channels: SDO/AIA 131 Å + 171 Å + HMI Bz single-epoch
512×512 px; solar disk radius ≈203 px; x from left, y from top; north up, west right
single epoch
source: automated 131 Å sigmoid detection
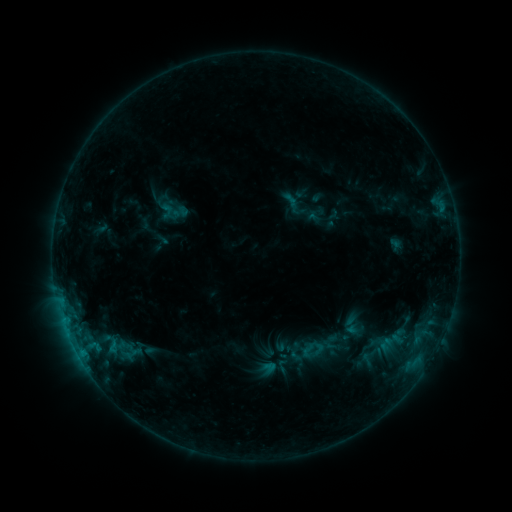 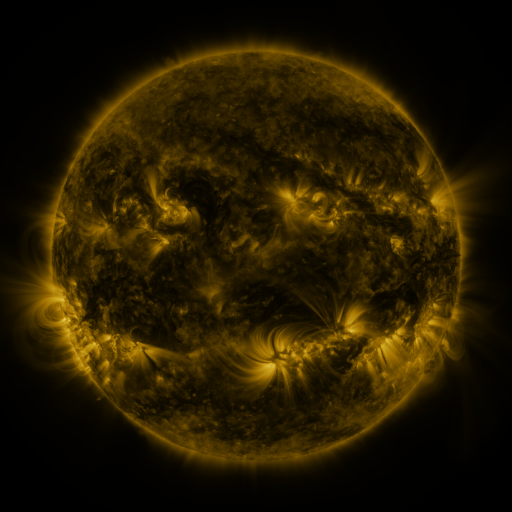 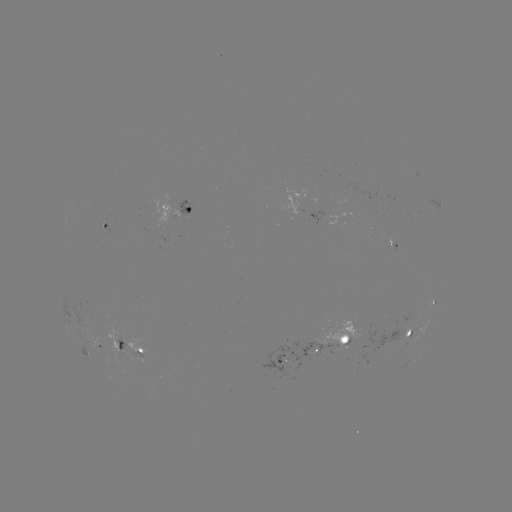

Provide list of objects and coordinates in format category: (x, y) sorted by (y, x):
sigmoid: (292, 201)
sigmoid: (180, 212)
sigmoid: (119, 350)
sigmoid: (322, 350)
